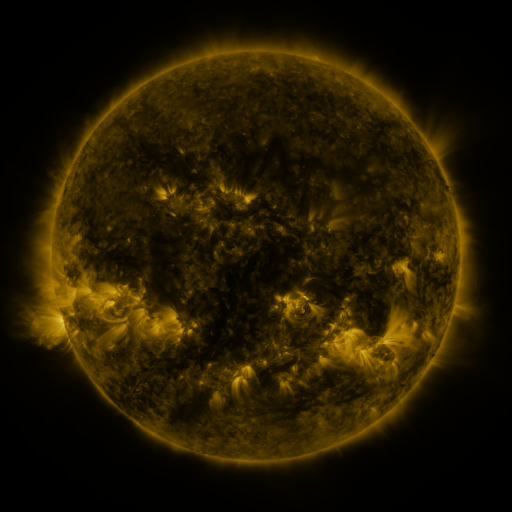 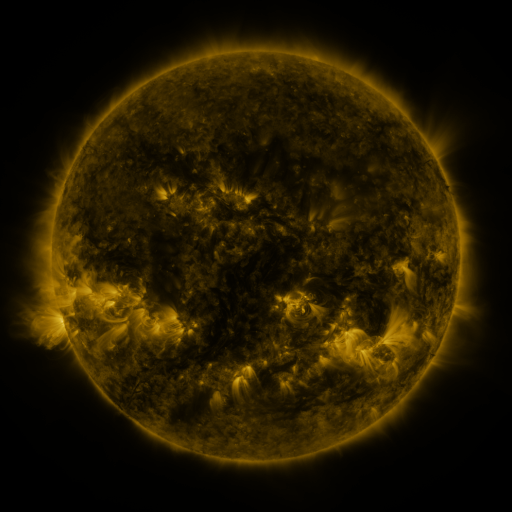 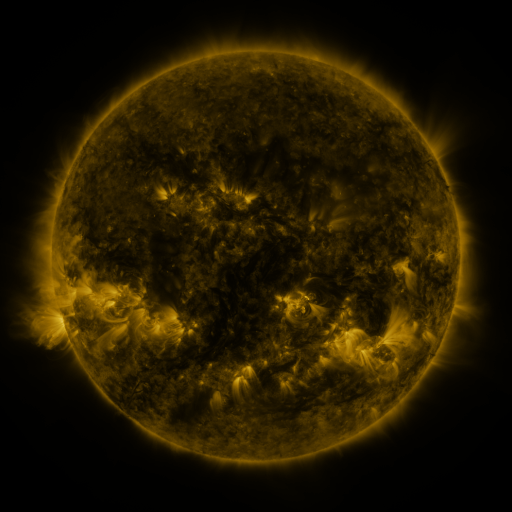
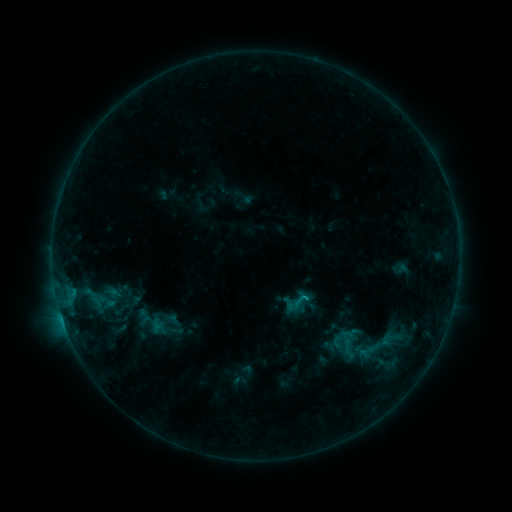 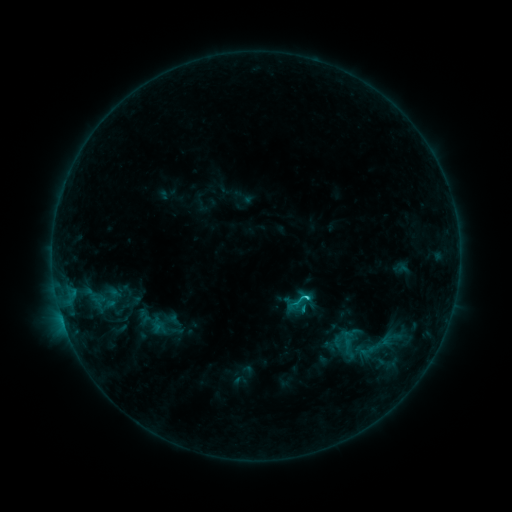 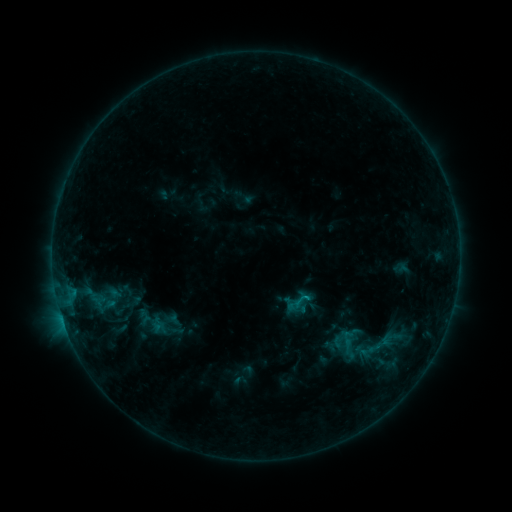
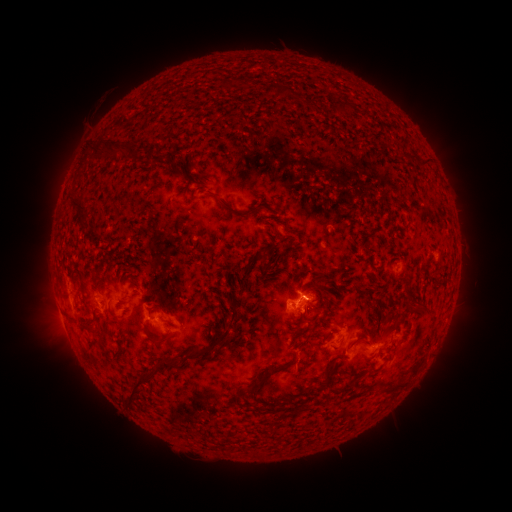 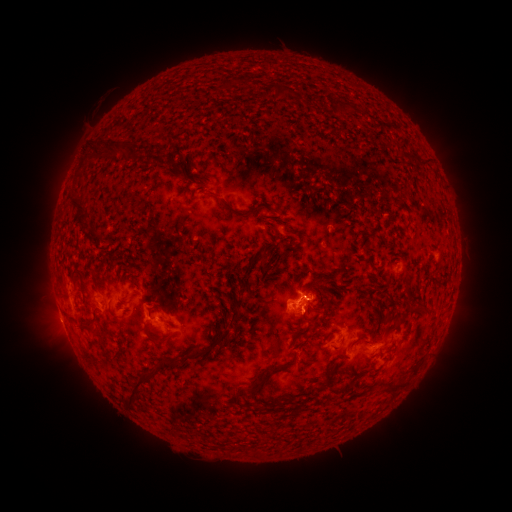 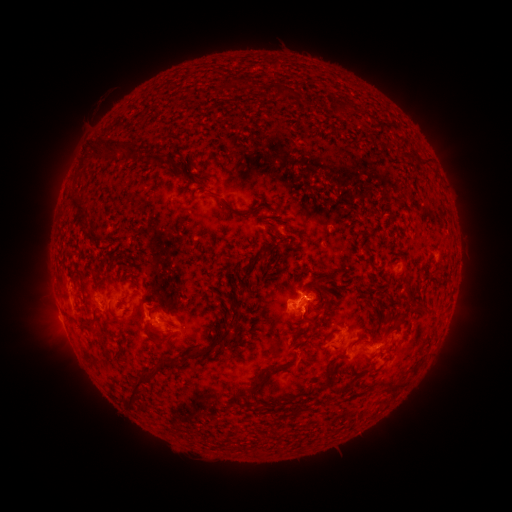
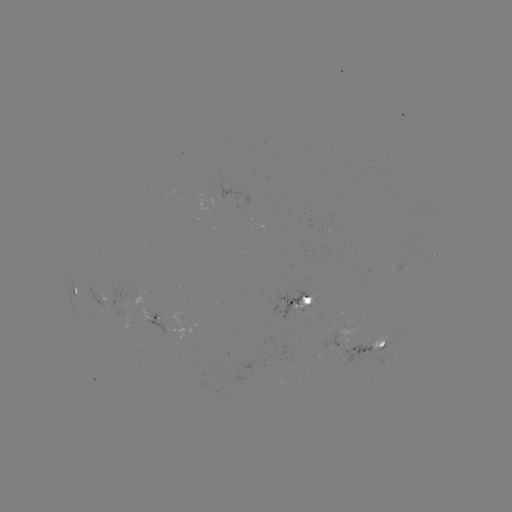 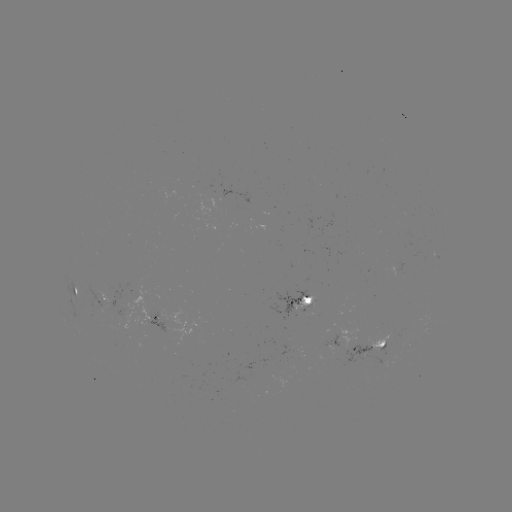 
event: flare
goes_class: C1.3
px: (305, 296)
